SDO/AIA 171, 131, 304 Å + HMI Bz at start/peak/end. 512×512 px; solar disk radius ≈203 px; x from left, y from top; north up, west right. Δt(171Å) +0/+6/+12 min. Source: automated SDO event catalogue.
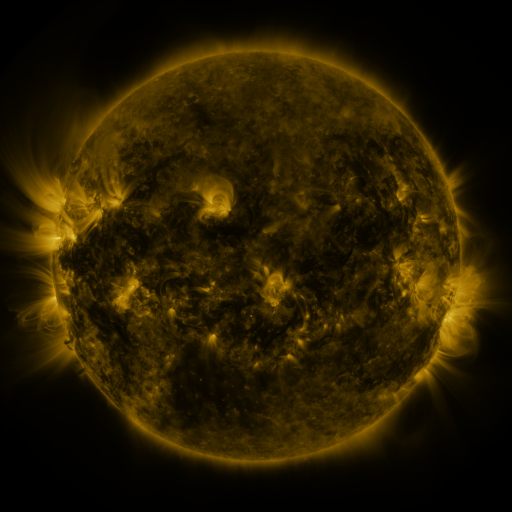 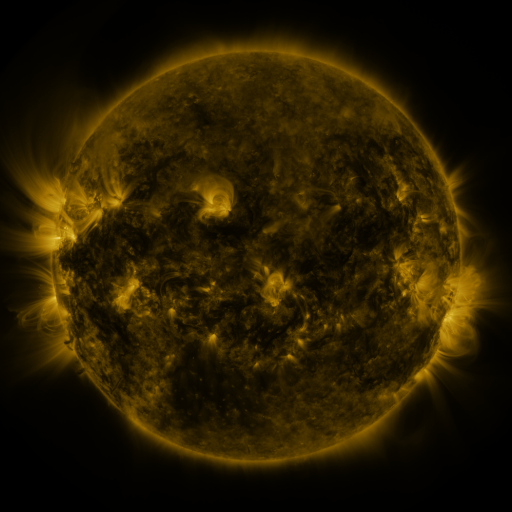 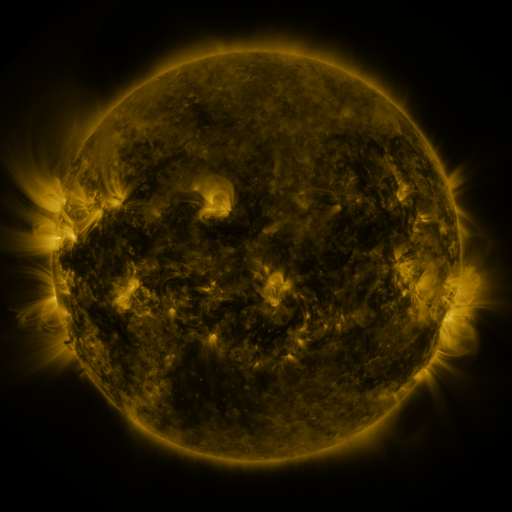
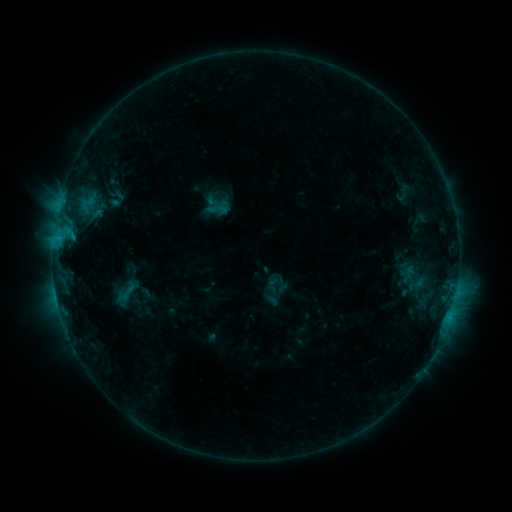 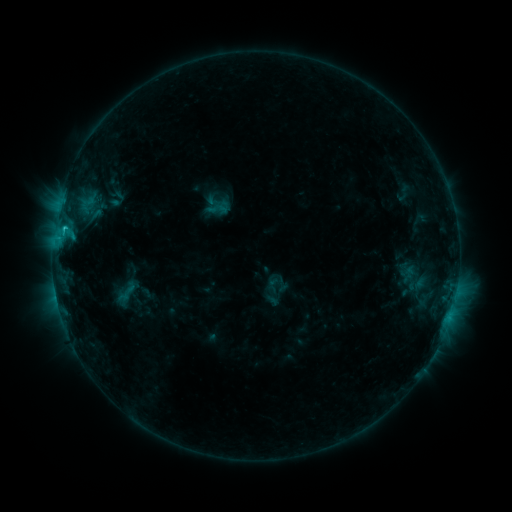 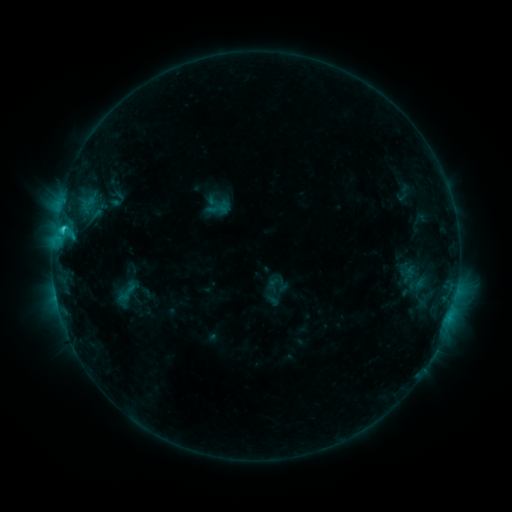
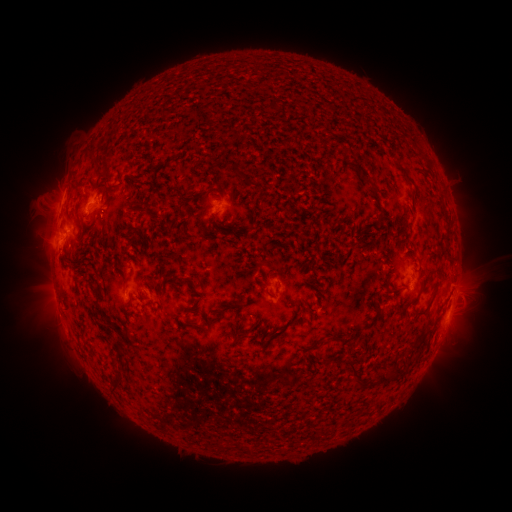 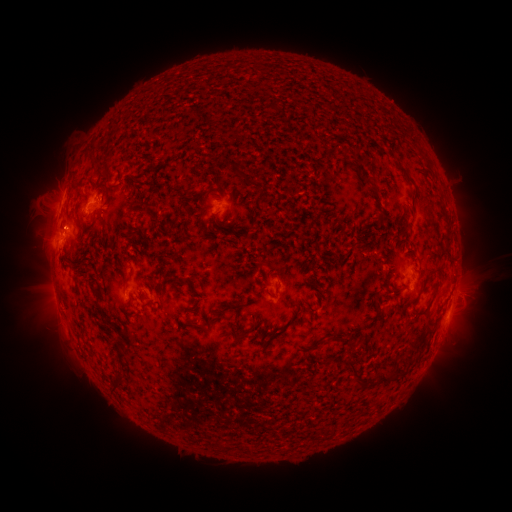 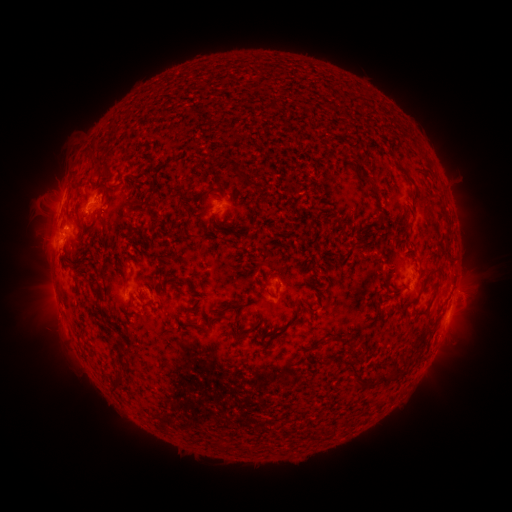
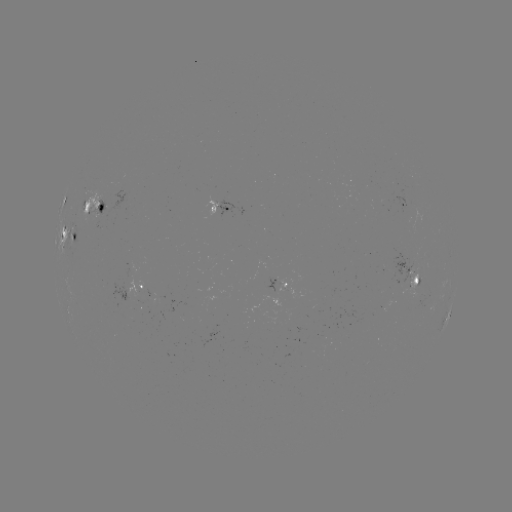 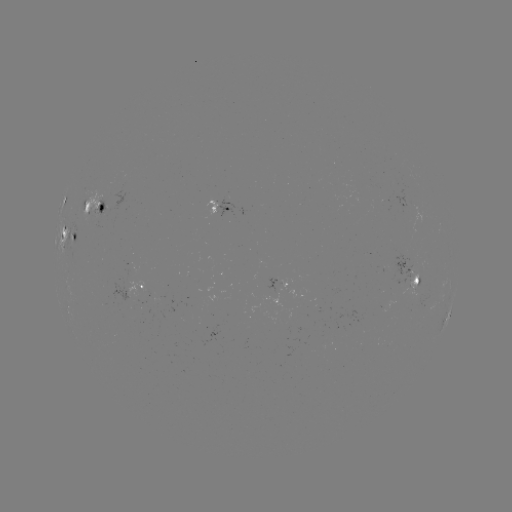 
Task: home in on C1.5 flare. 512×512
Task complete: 64,230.